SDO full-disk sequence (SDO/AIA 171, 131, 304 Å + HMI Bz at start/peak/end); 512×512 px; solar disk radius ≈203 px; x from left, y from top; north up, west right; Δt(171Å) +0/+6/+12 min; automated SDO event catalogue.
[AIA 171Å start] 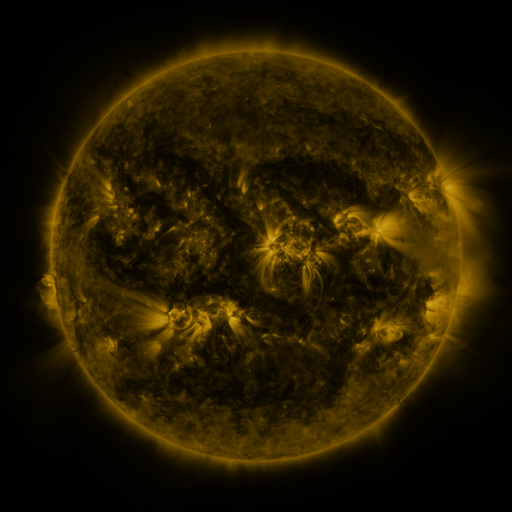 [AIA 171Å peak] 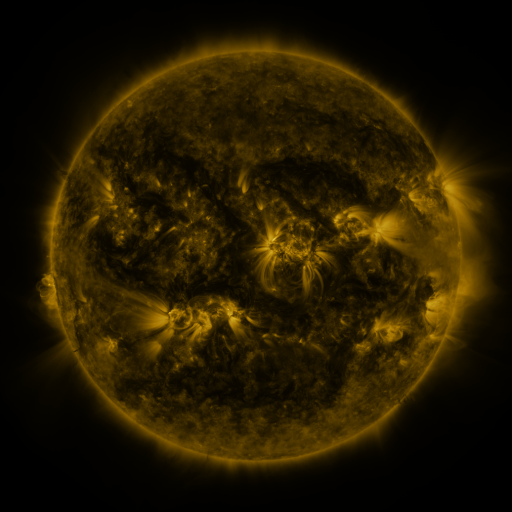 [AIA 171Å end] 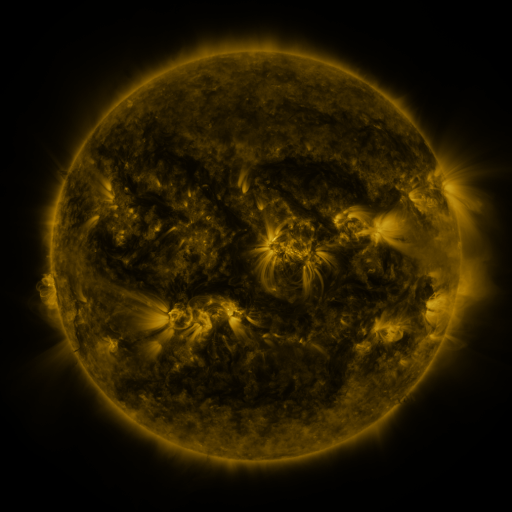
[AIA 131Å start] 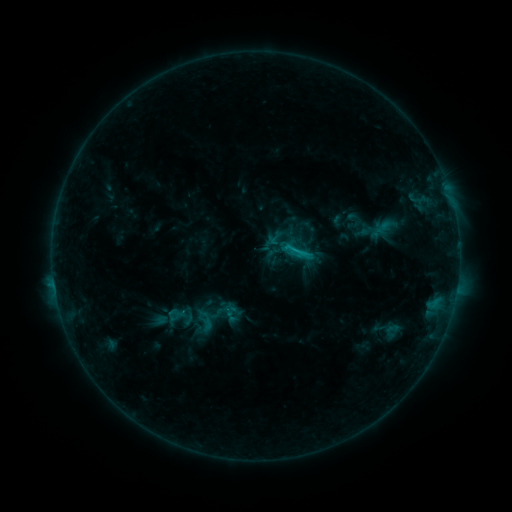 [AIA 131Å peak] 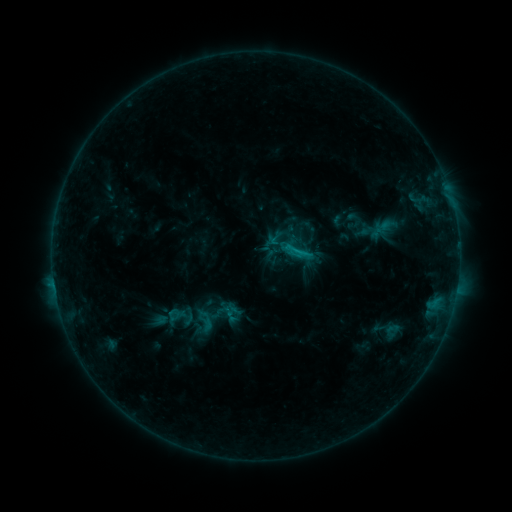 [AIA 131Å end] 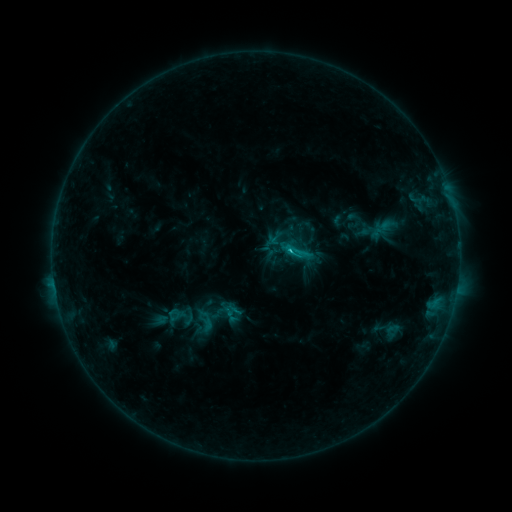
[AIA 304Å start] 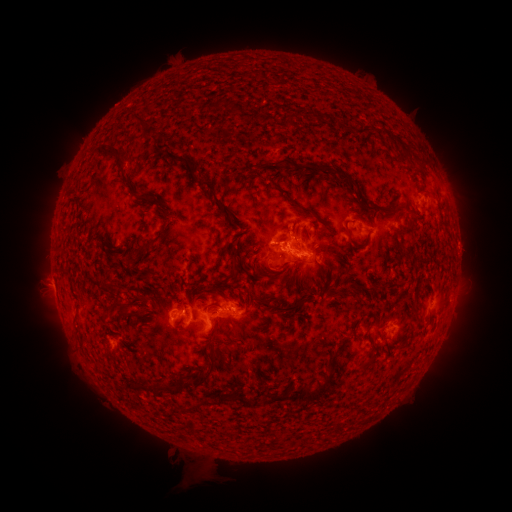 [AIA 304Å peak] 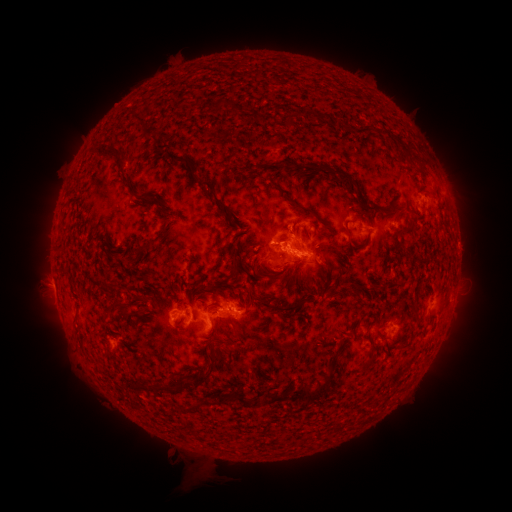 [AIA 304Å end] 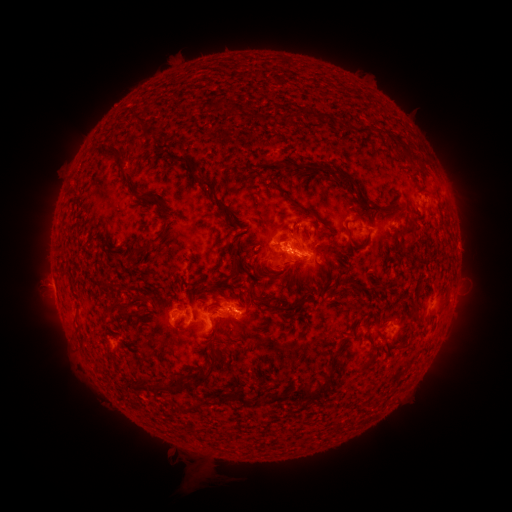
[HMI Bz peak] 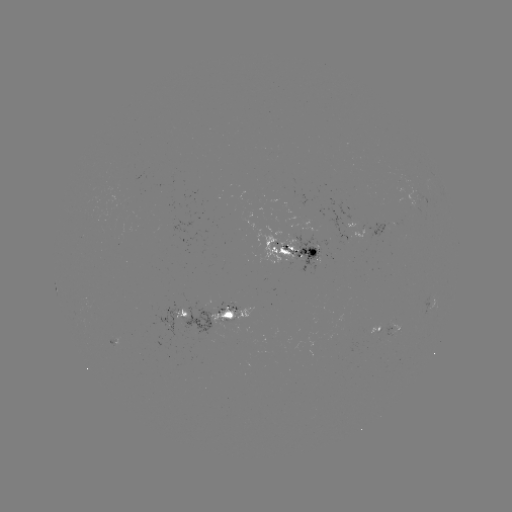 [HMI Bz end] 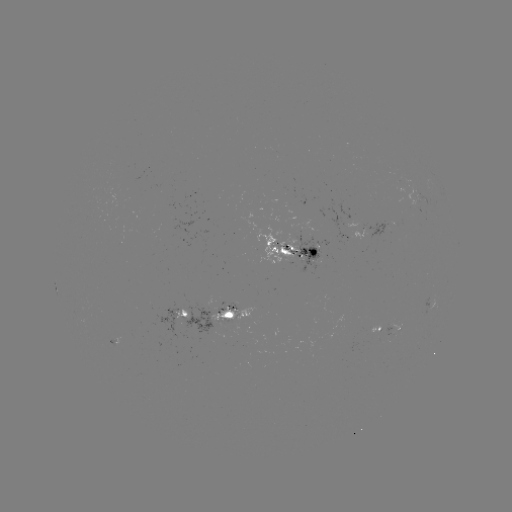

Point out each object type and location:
C2.1 flare: (238, 309)
